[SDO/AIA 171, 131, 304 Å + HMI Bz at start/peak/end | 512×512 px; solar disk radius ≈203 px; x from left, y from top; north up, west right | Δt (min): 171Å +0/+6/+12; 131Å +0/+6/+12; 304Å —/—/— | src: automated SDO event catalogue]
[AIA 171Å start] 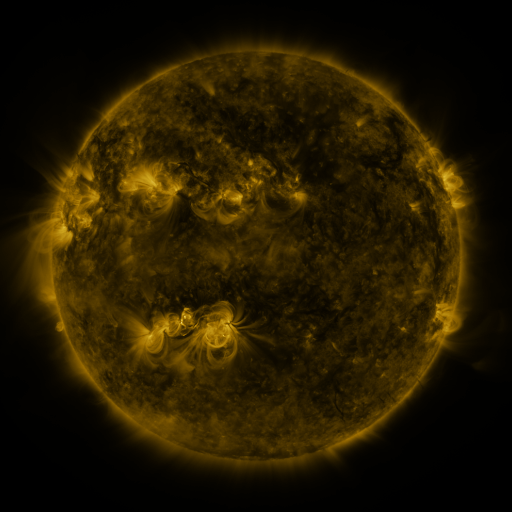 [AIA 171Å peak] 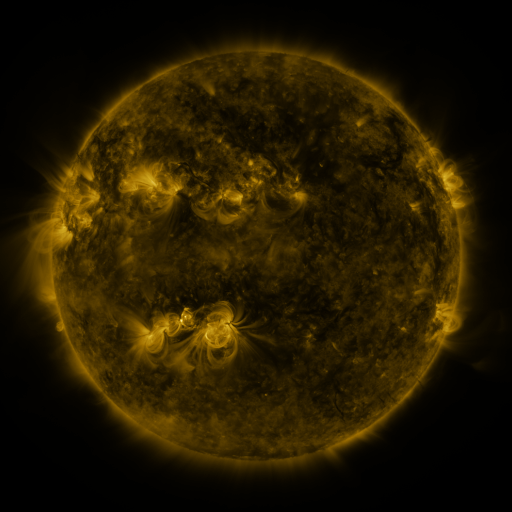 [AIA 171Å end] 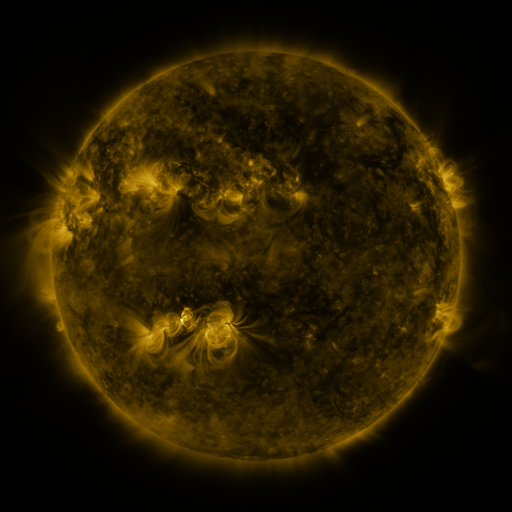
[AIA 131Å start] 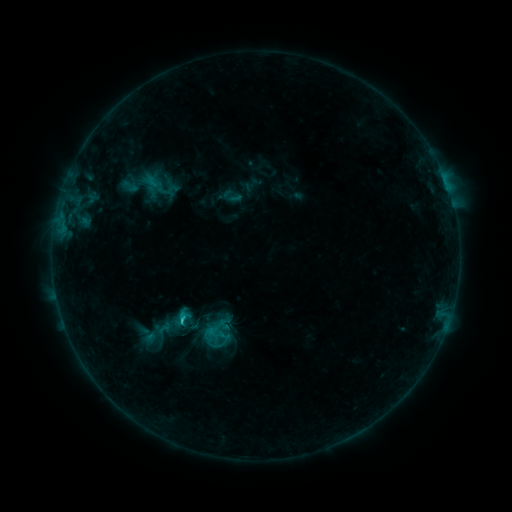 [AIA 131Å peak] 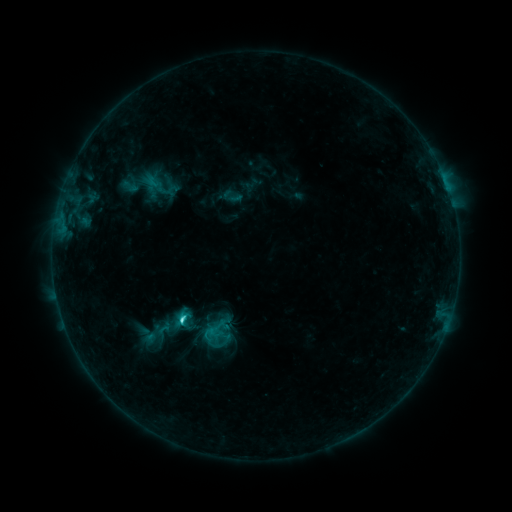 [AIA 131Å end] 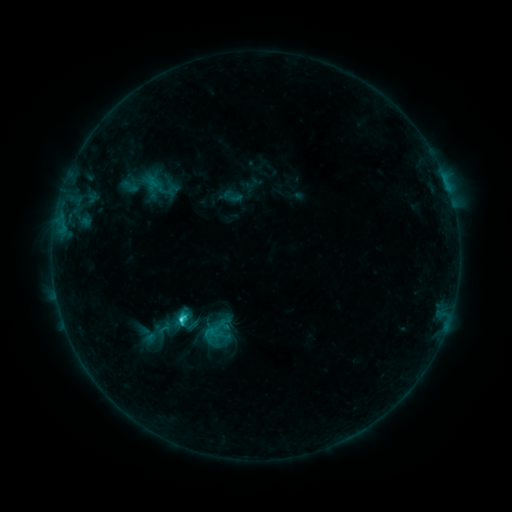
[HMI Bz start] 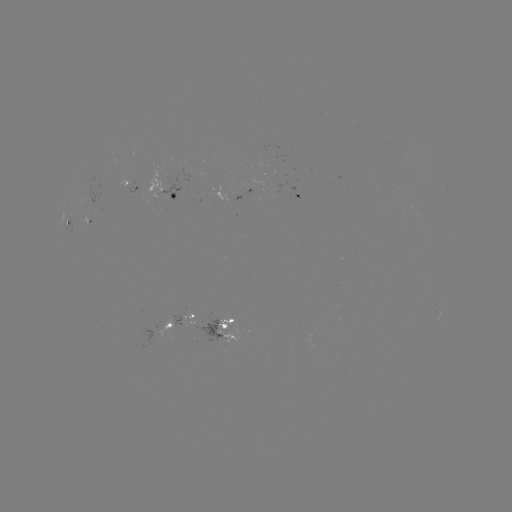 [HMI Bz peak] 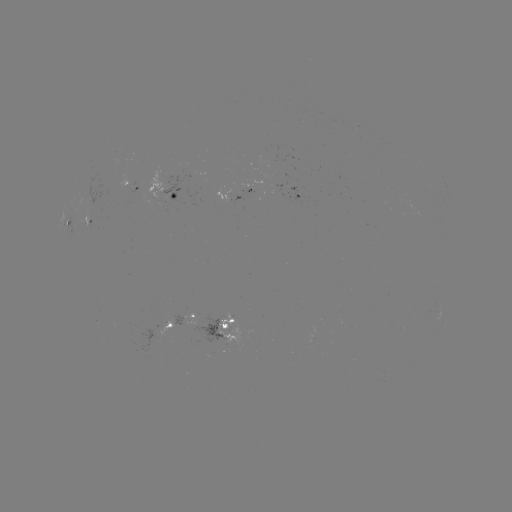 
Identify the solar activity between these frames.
C3.7 flare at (183, 320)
